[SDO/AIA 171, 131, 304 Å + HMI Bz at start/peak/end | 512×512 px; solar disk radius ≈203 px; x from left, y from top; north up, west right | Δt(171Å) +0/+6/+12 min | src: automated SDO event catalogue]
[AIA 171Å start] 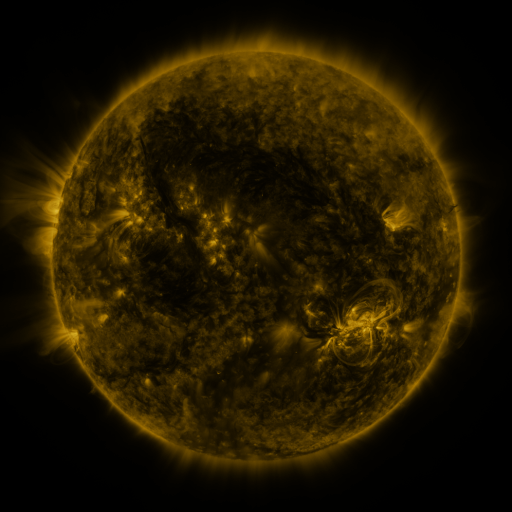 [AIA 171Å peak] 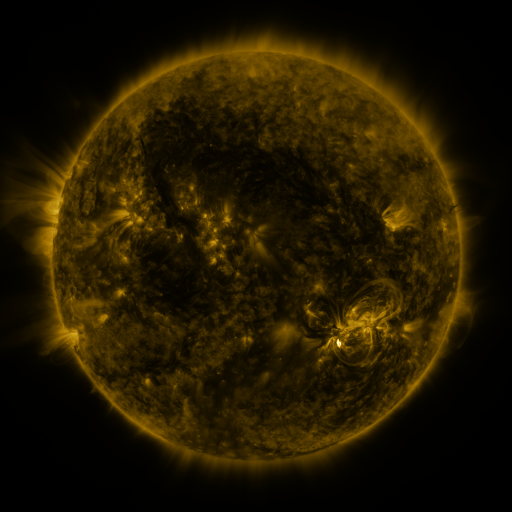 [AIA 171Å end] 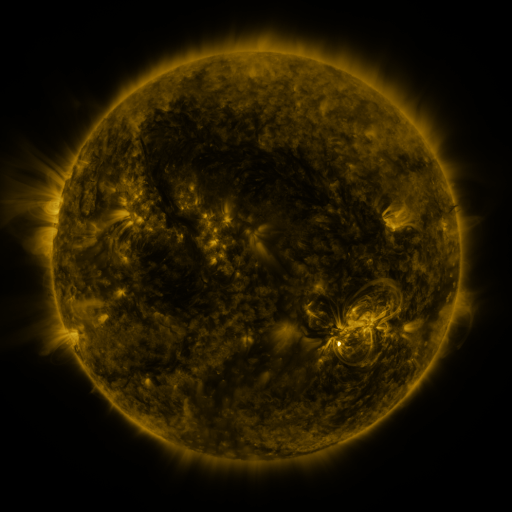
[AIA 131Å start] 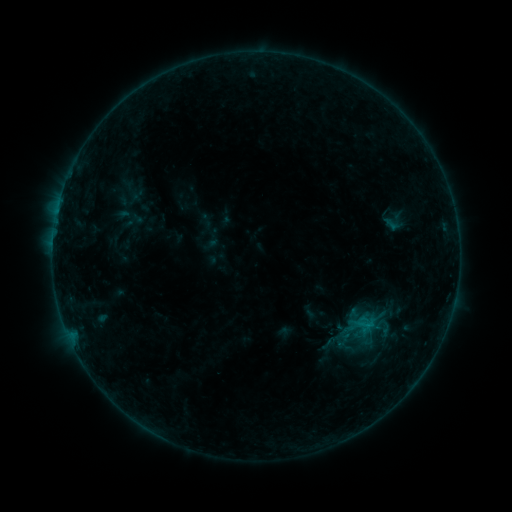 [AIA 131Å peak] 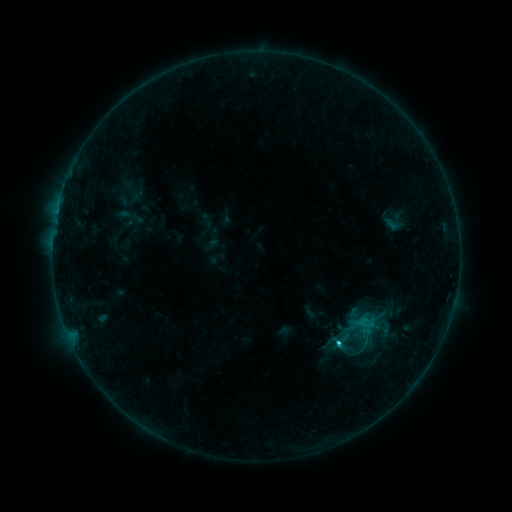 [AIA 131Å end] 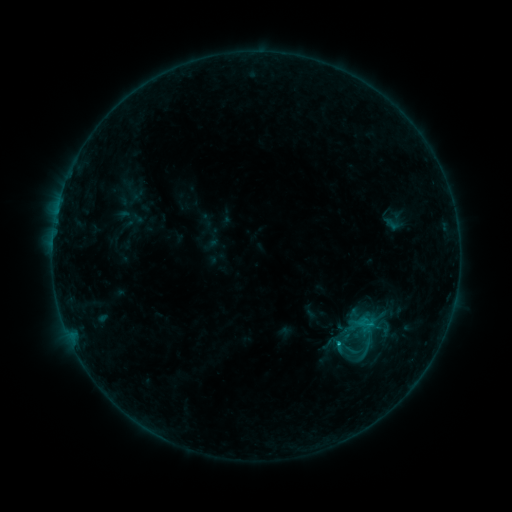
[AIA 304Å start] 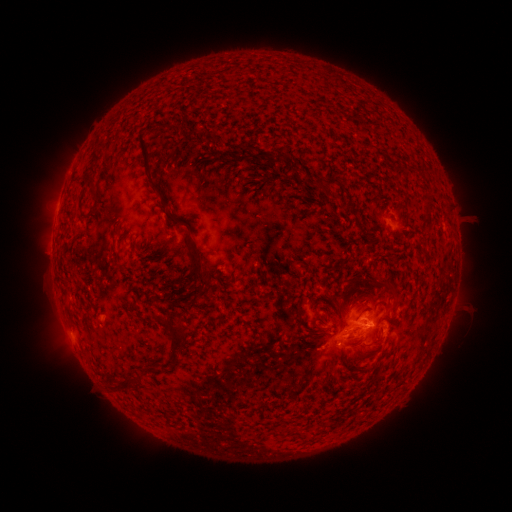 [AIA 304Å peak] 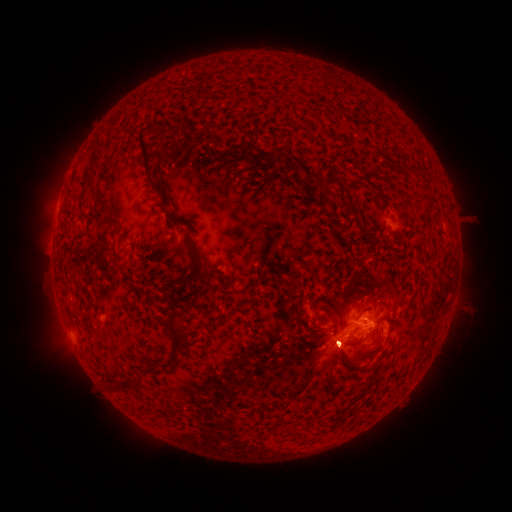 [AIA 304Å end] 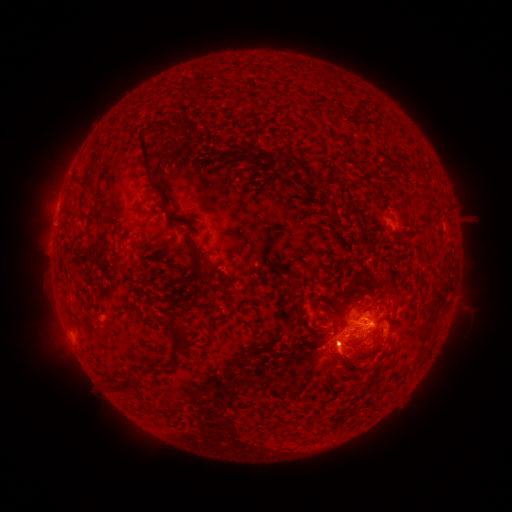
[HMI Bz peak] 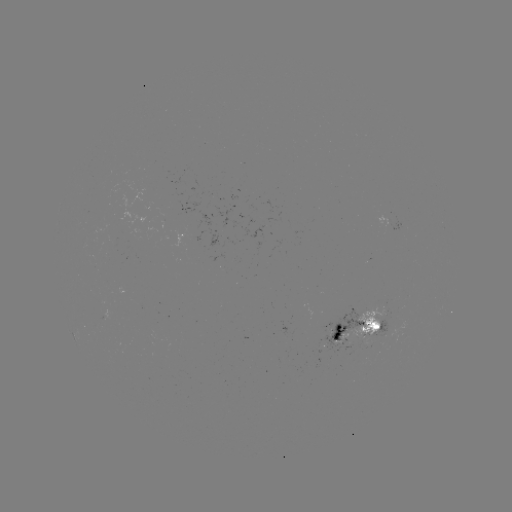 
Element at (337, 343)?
C1.5 flare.